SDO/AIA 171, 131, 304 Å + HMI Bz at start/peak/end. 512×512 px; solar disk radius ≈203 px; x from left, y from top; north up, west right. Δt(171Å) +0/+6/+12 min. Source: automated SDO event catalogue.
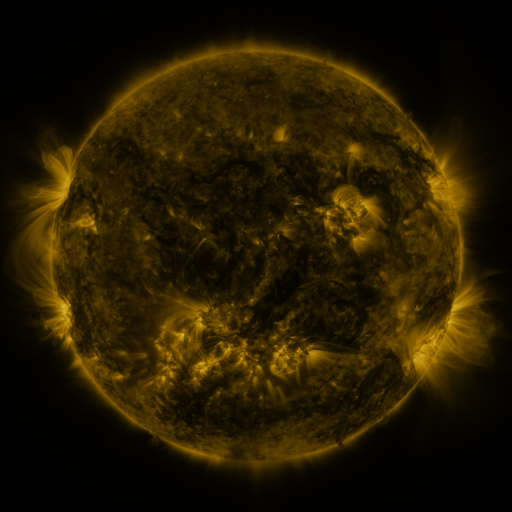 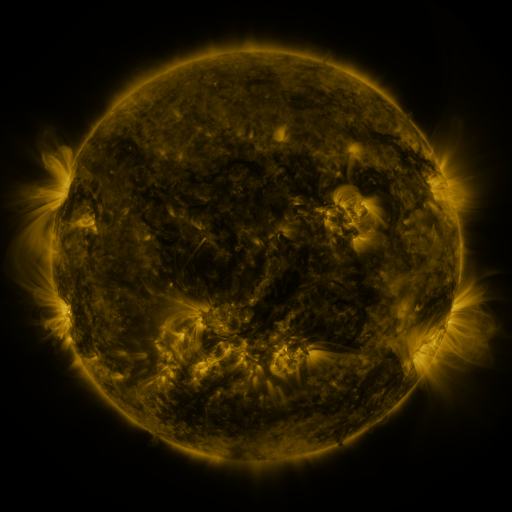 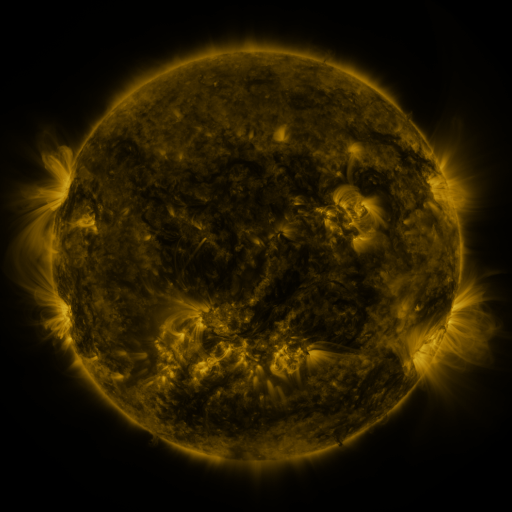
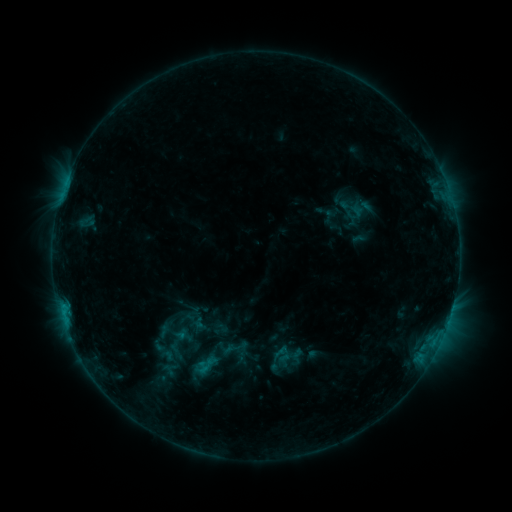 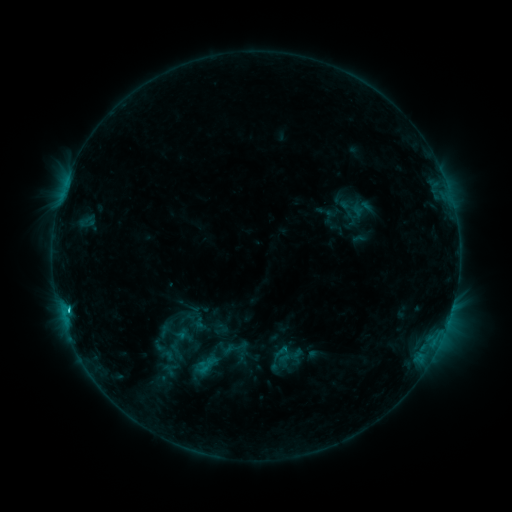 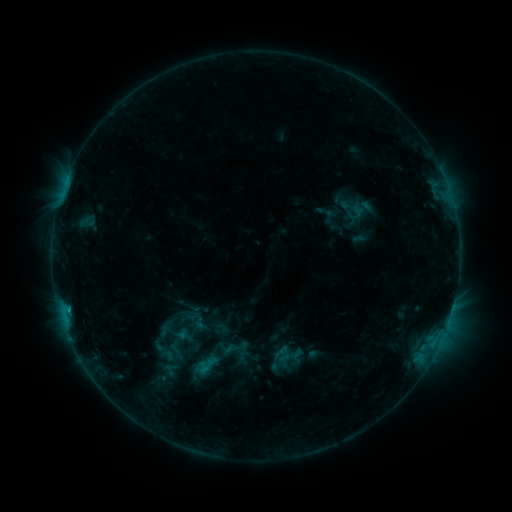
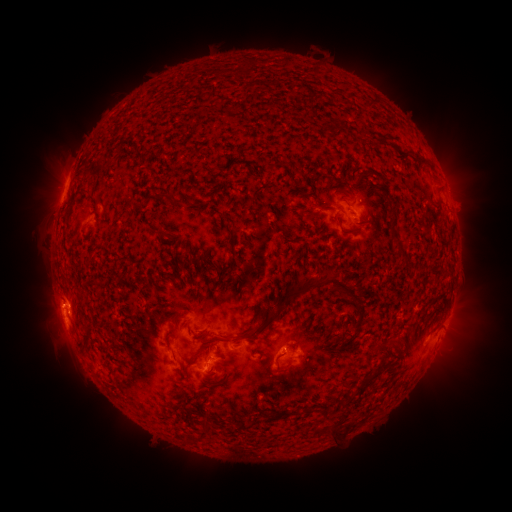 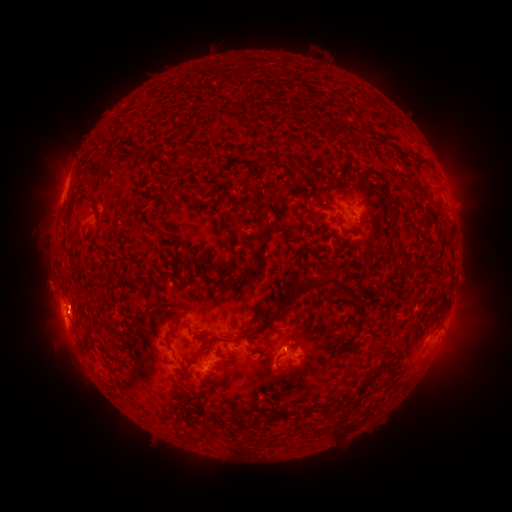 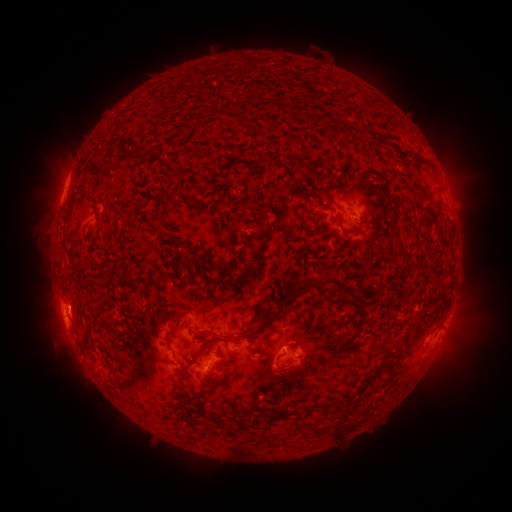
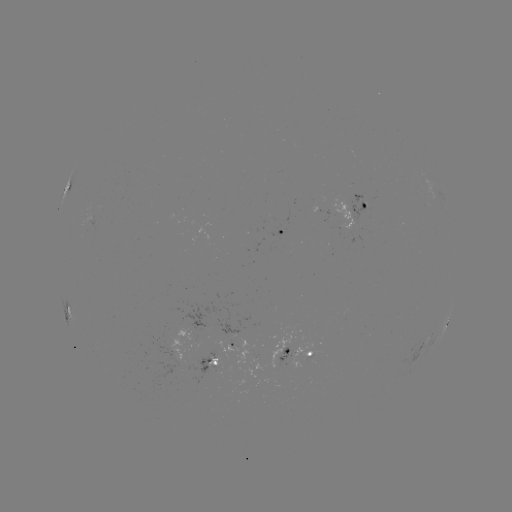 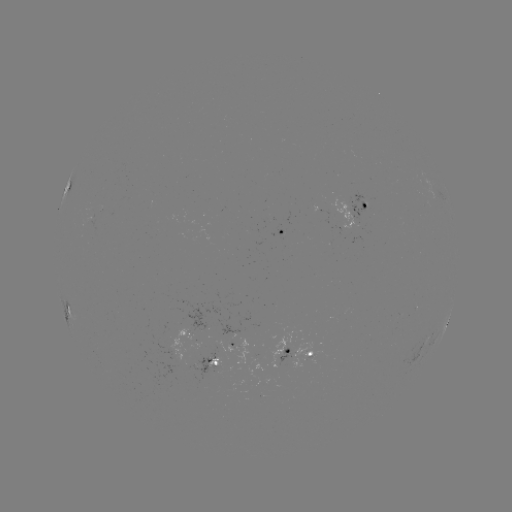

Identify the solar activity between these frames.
C1.1 flare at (63, 190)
